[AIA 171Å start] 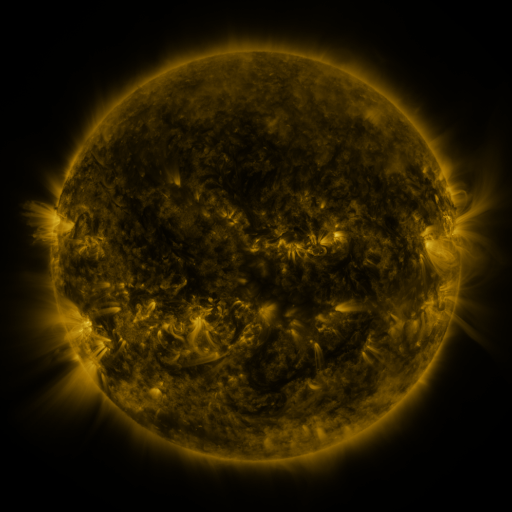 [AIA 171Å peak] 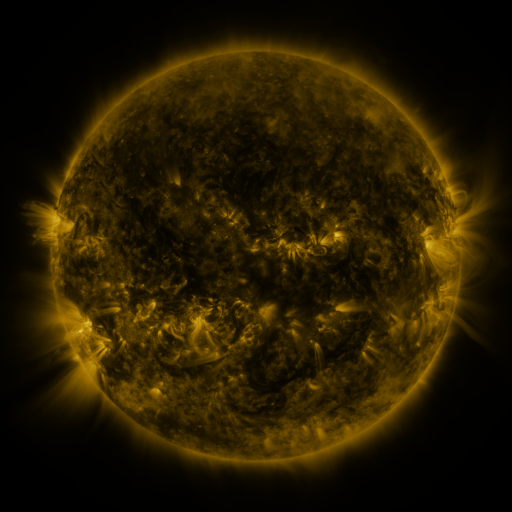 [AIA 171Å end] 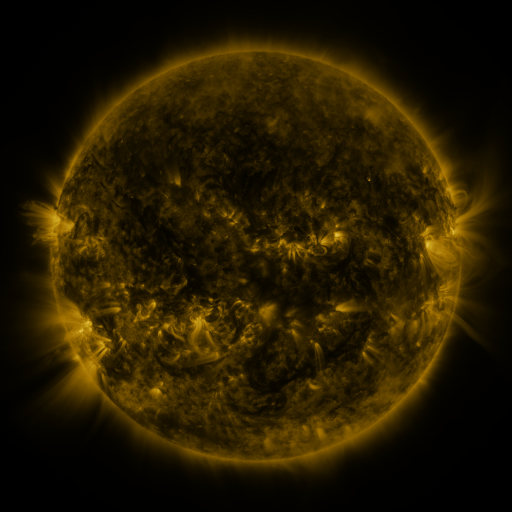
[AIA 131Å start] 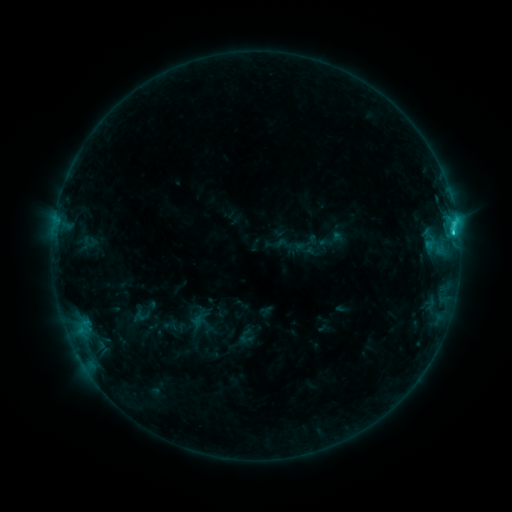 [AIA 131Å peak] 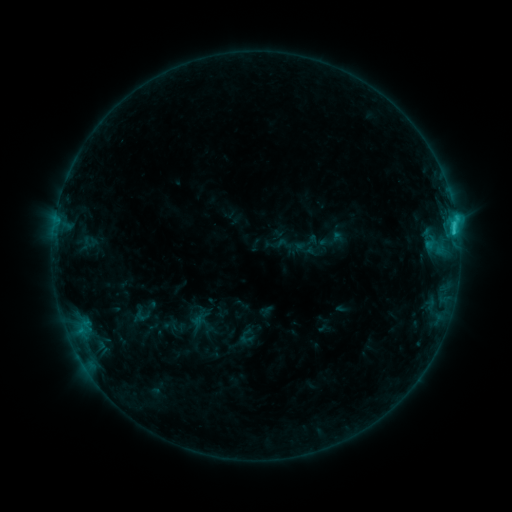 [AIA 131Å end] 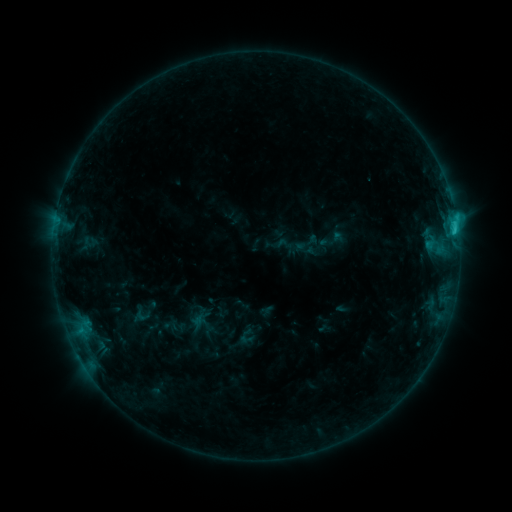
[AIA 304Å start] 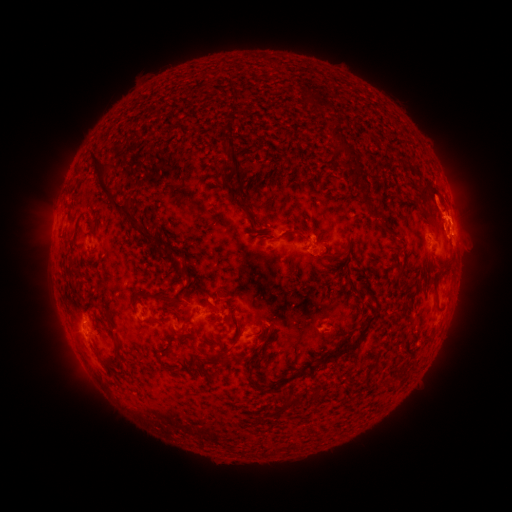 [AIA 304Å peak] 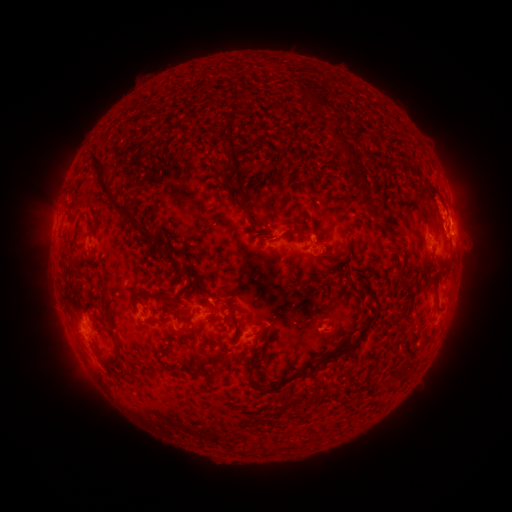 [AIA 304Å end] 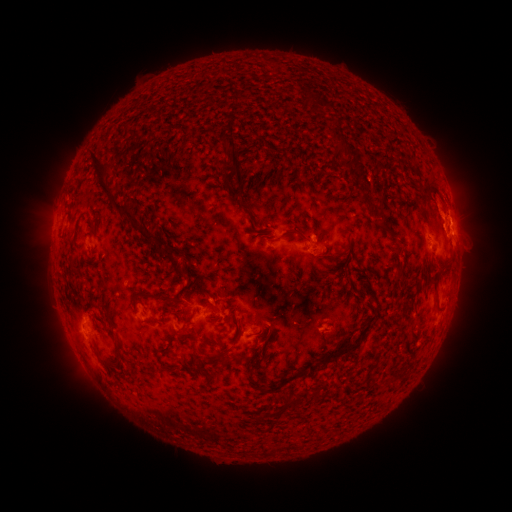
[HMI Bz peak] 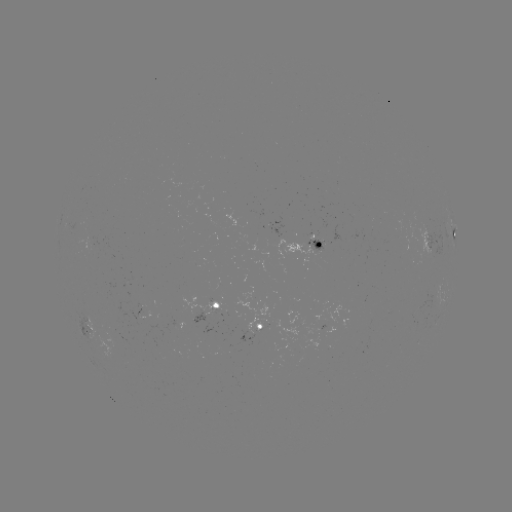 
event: eruption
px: (439, 200)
